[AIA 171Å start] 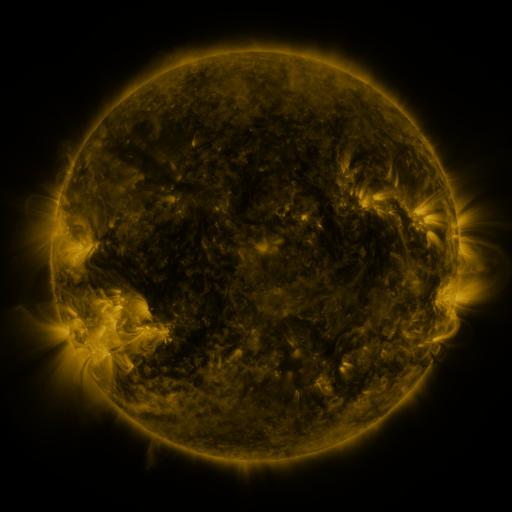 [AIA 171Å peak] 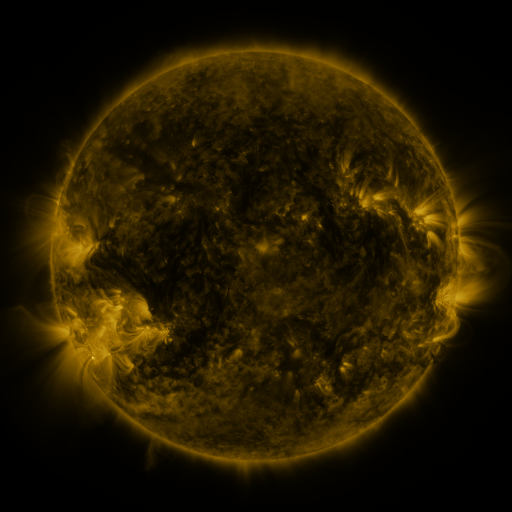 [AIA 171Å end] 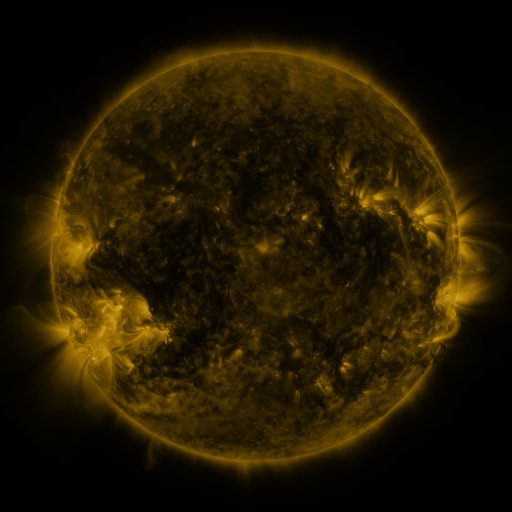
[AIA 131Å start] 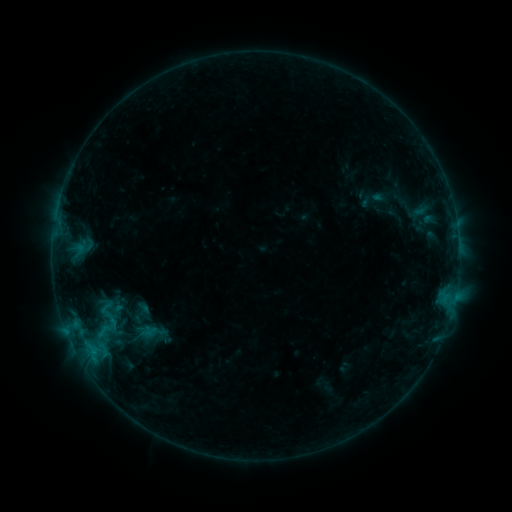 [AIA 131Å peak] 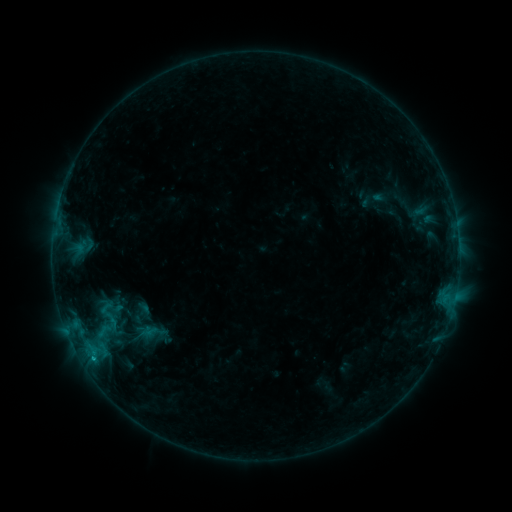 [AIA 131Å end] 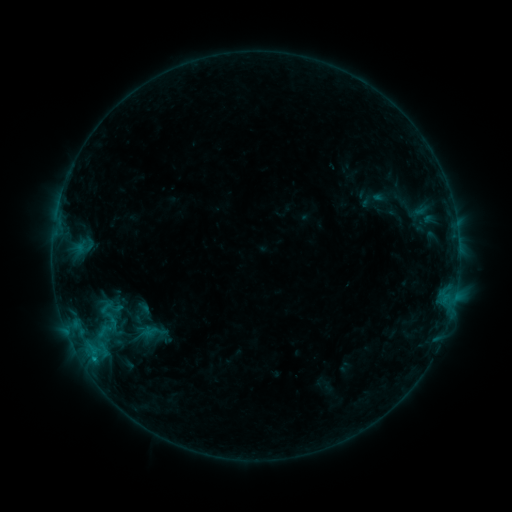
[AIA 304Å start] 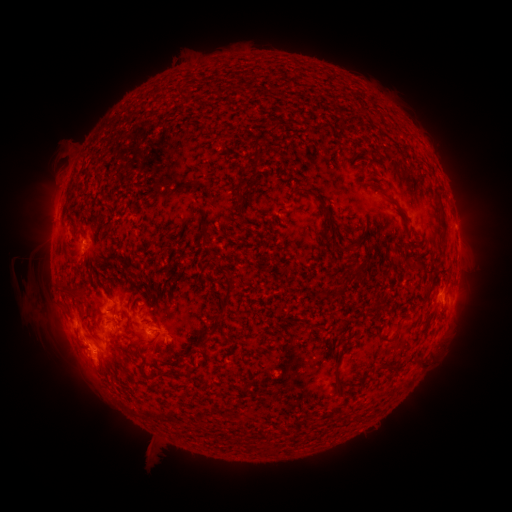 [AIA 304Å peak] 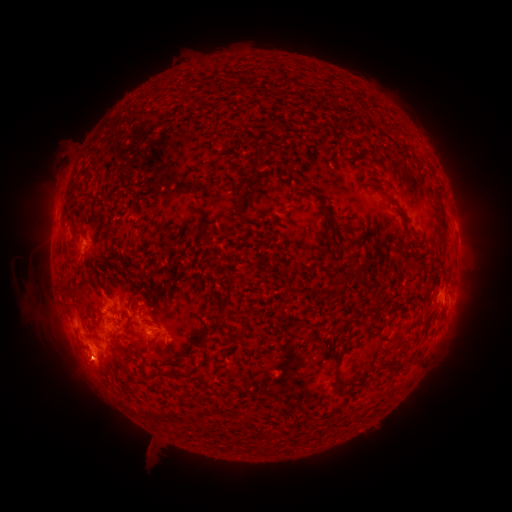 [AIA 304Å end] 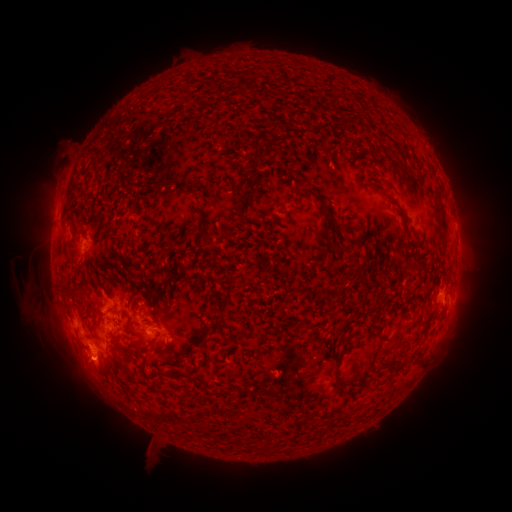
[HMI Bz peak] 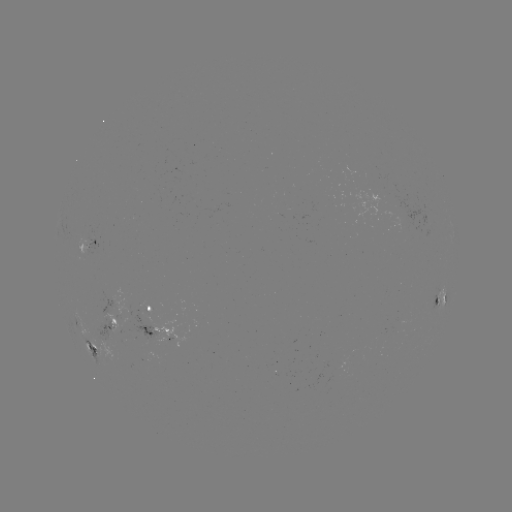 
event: flare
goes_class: B6.2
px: (93, 356)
